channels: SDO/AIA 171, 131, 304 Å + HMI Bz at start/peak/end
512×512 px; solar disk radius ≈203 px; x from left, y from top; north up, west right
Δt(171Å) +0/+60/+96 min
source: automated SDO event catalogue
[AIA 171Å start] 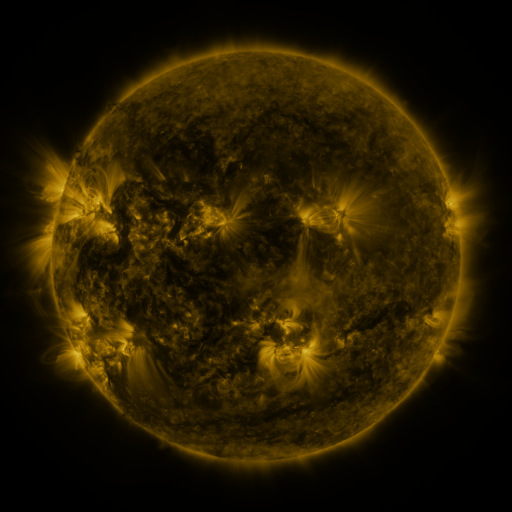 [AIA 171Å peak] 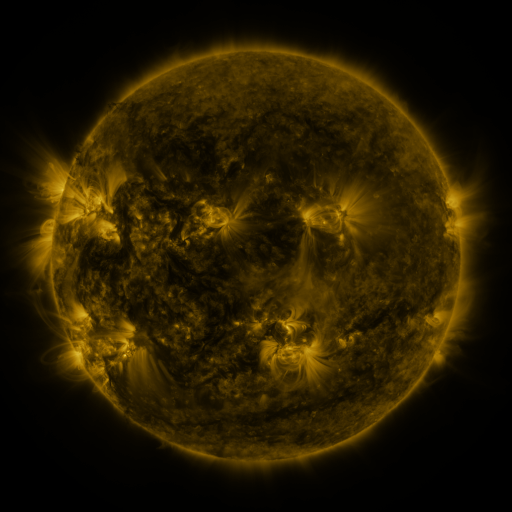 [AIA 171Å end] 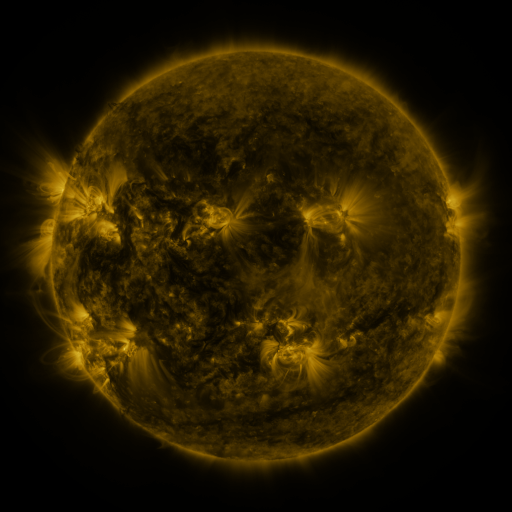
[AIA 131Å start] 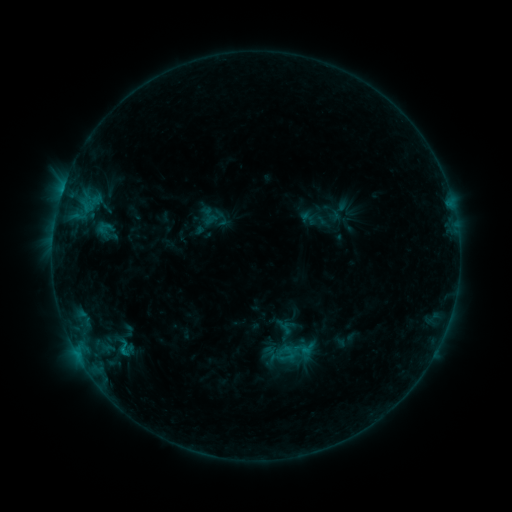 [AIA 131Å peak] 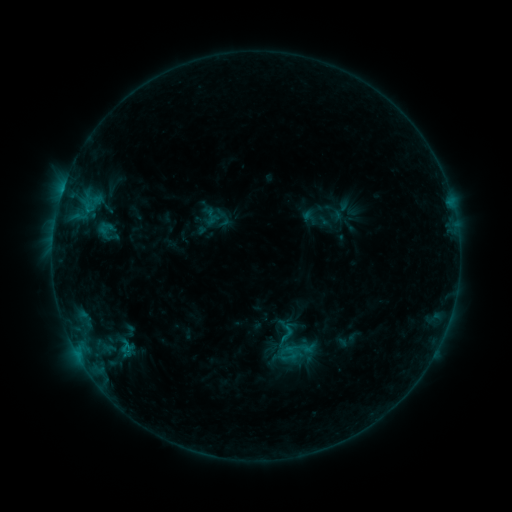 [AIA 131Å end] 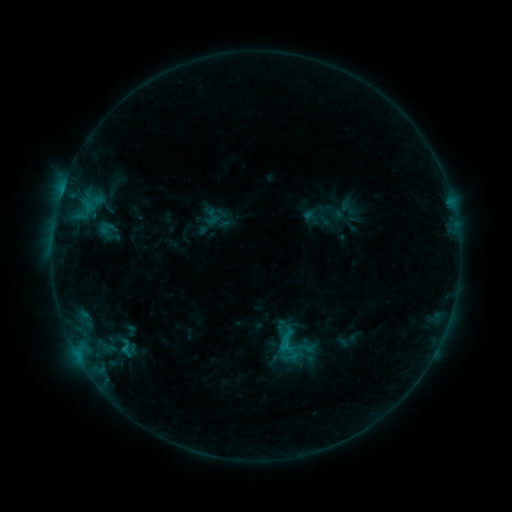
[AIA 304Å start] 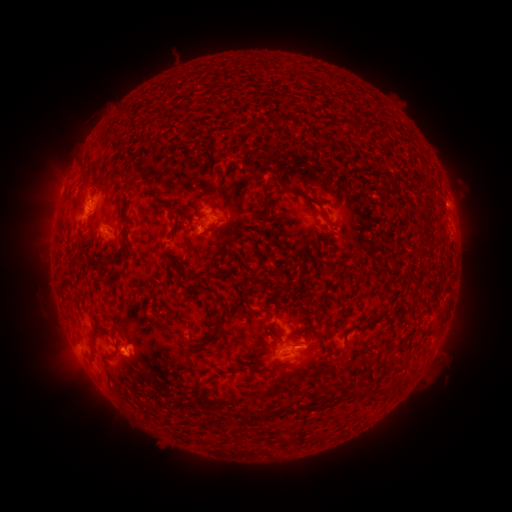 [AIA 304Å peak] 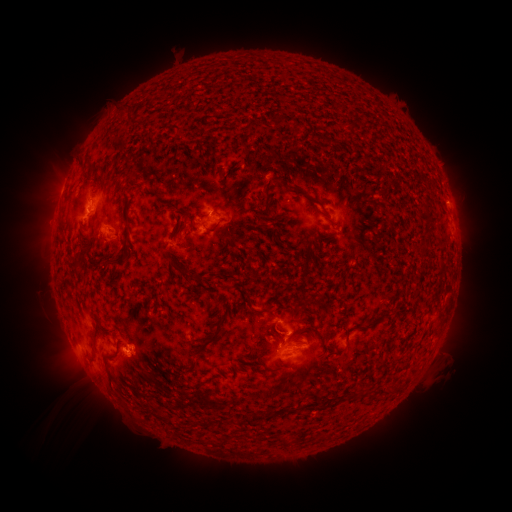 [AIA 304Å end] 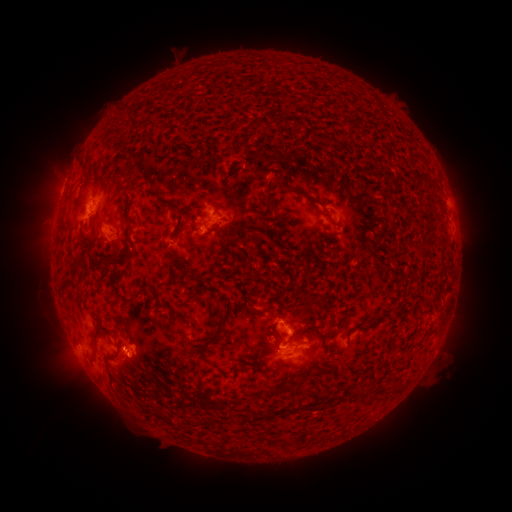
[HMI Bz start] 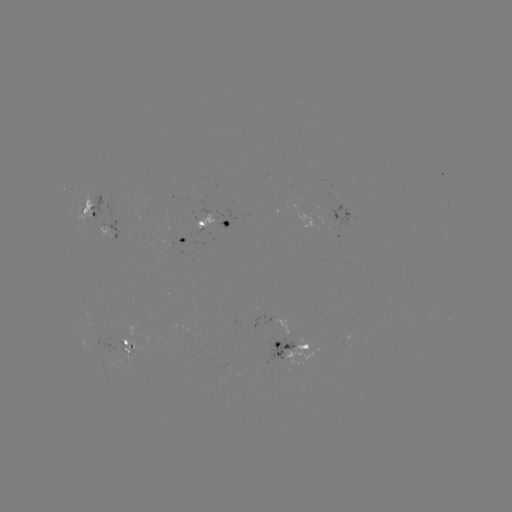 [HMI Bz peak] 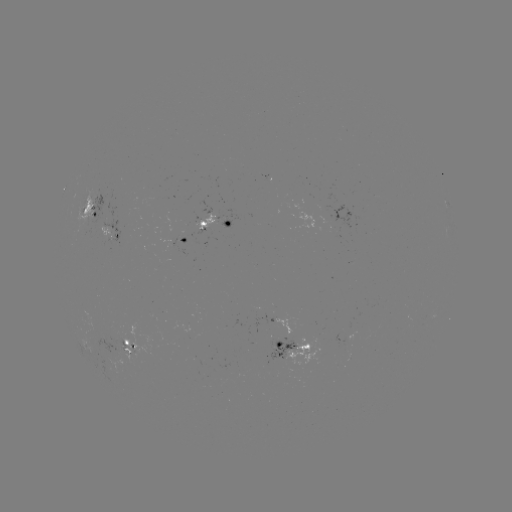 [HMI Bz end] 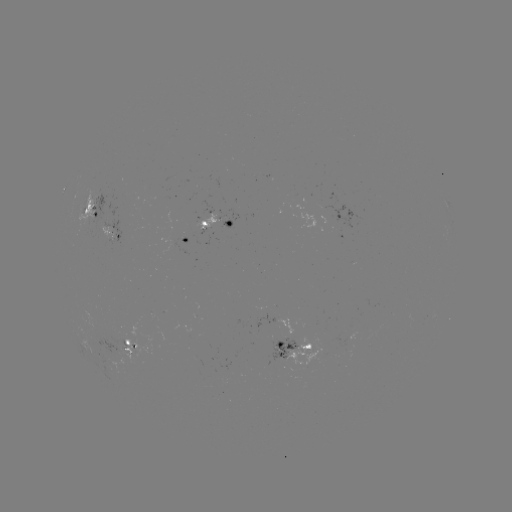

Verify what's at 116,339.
emerging-flux region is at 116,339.